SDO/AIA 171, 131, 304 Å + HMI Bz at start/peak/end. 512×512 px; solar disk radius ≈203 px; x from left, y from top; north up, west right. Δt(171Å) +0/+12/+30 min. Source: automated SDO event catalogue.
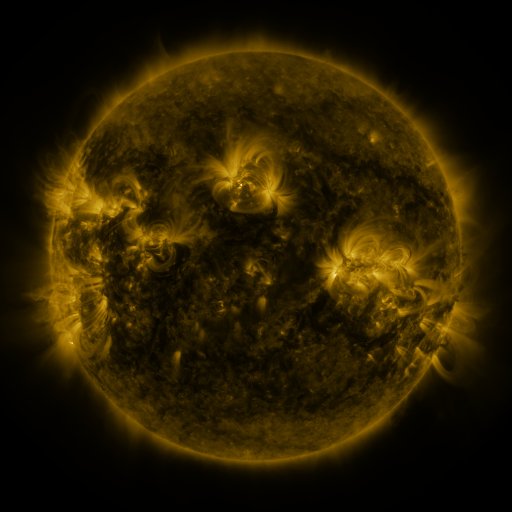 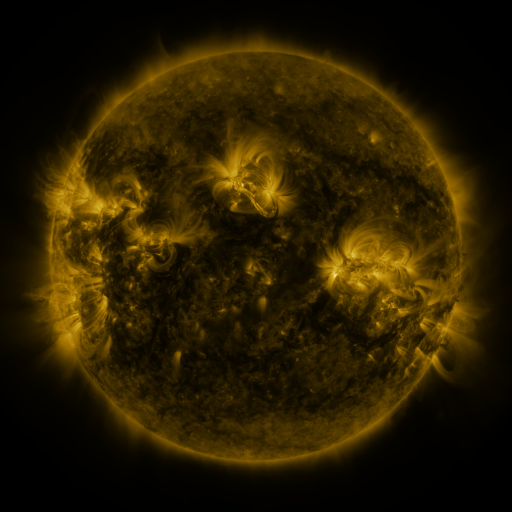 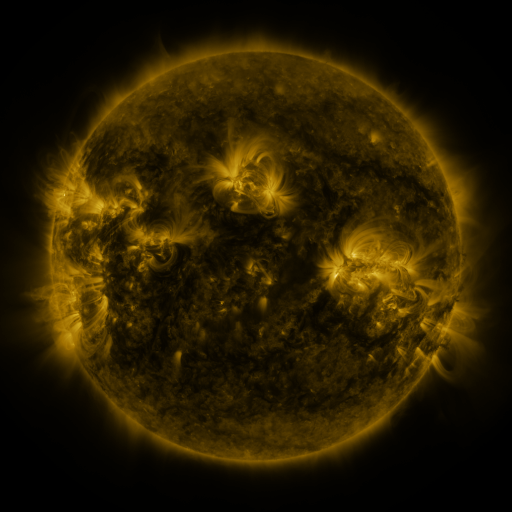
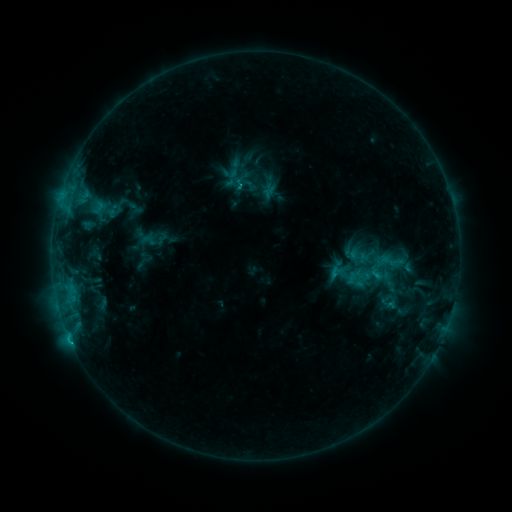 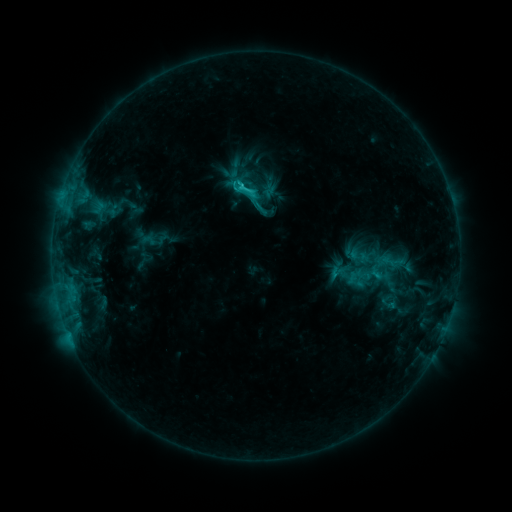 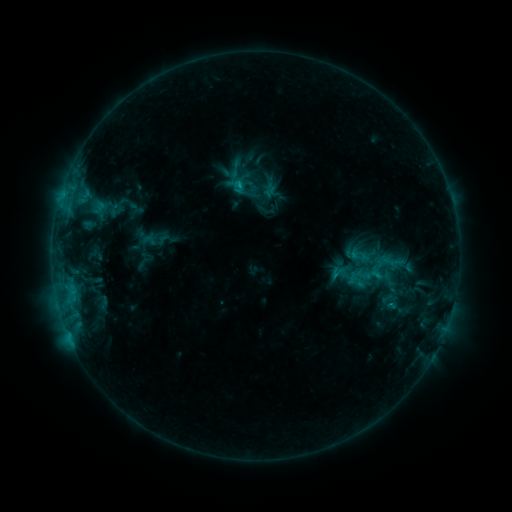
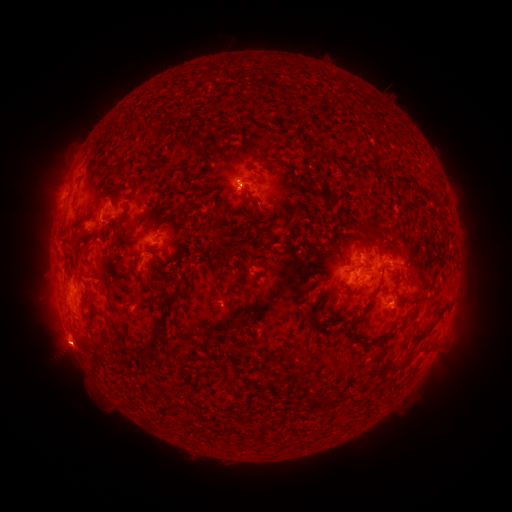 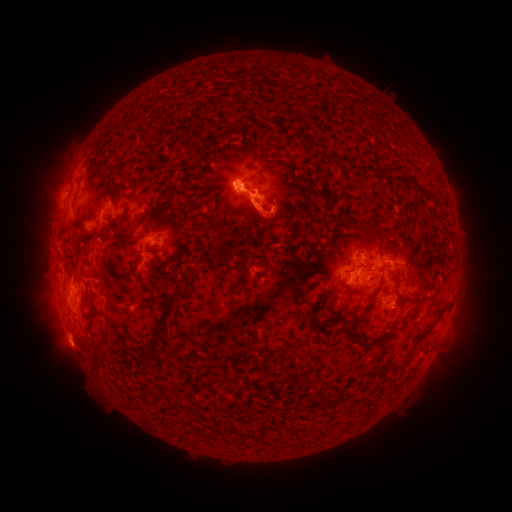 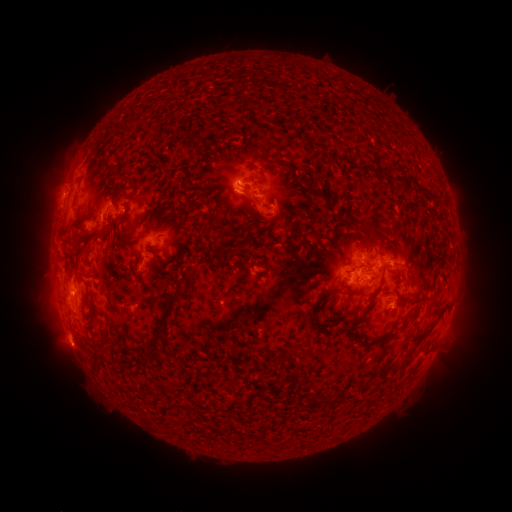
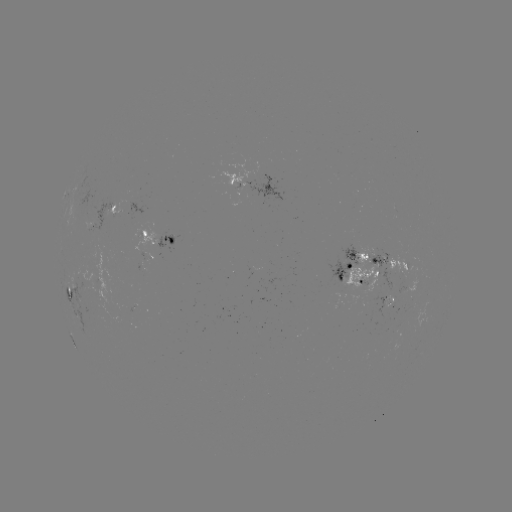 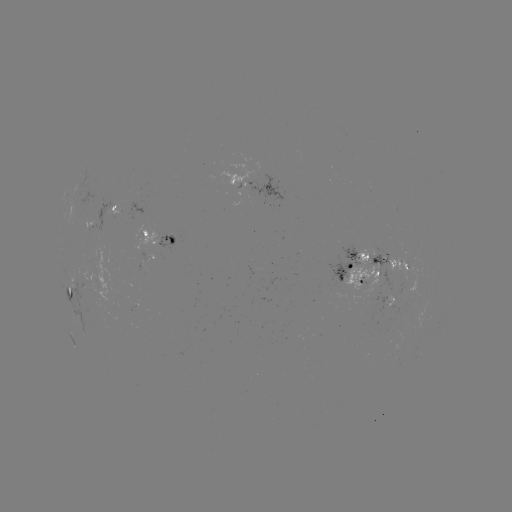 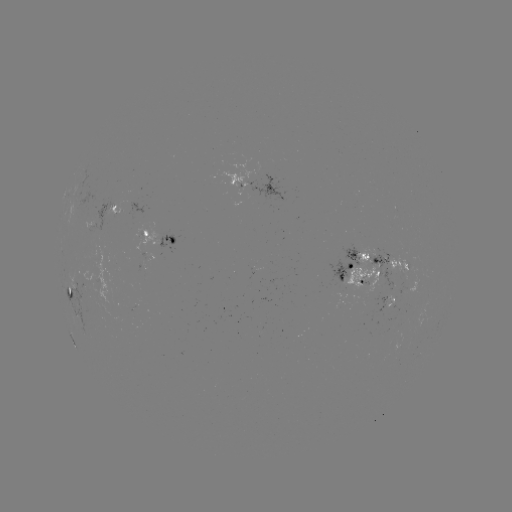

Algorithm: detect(eruption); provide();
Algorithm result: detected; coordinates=(251, 210)